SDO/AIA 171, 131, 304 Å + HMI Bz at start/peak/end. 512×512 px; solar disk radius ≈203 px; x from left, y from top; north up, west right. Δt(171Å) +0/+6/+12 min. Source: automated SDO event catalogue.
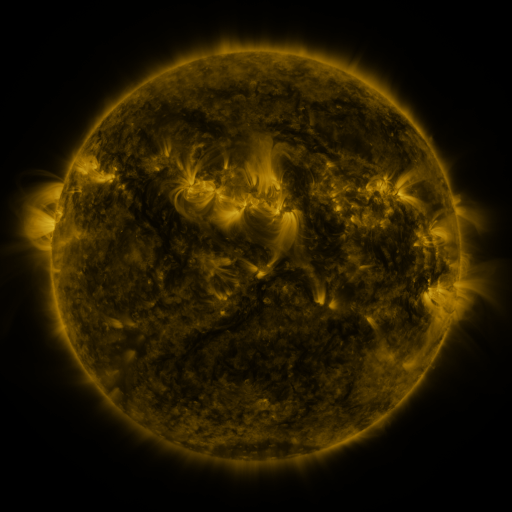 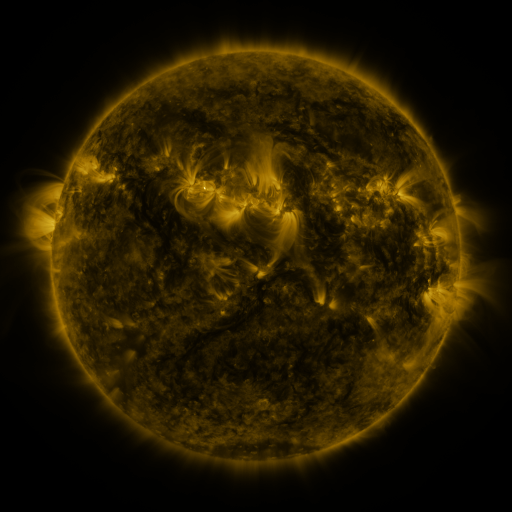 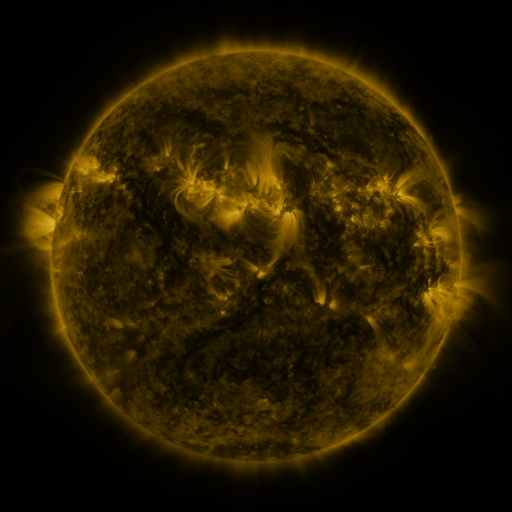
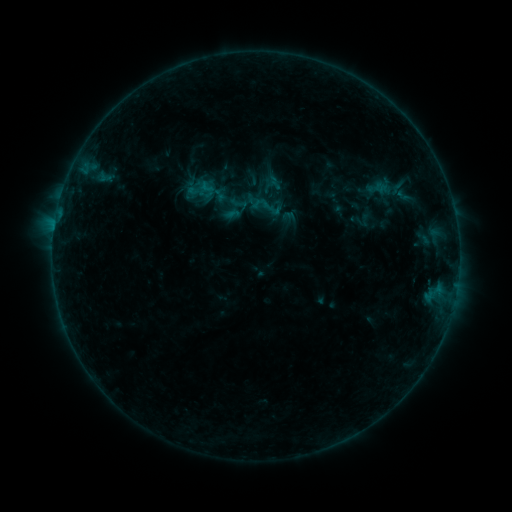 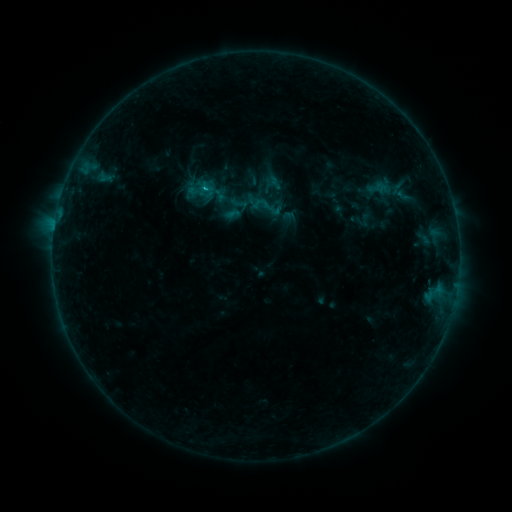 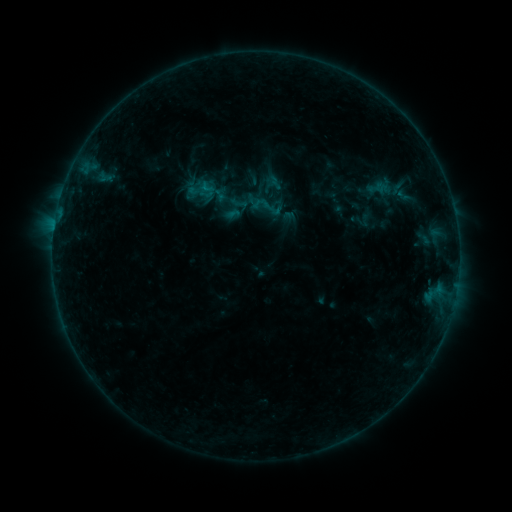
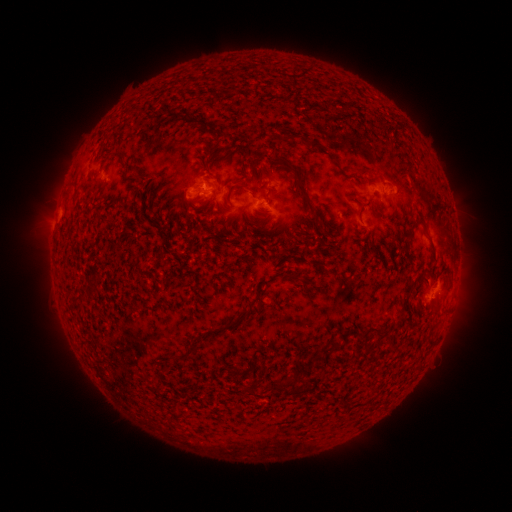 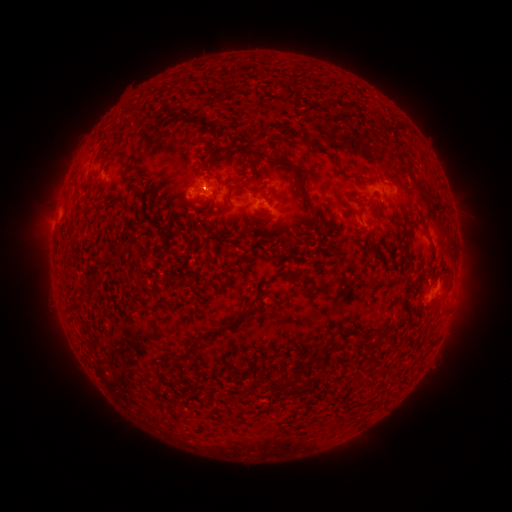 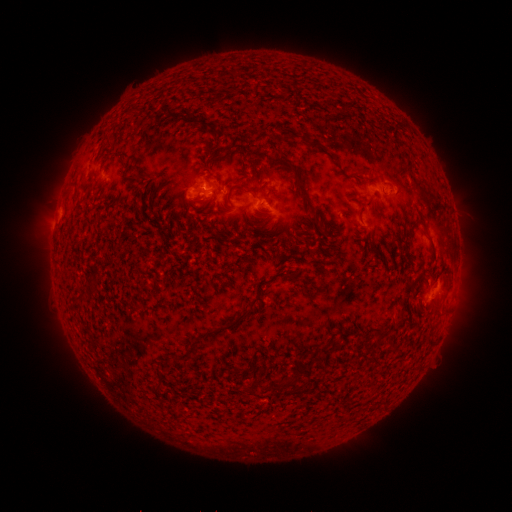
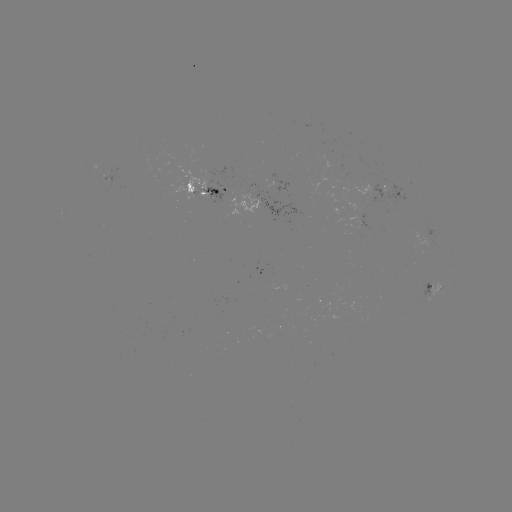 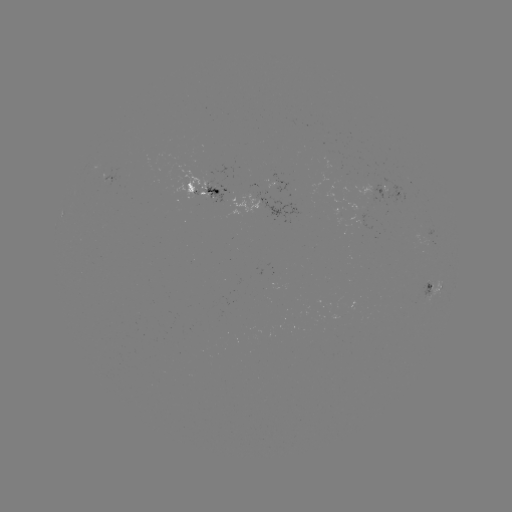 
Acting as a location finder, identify B4.0 flare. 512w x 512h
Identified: [207, 191].